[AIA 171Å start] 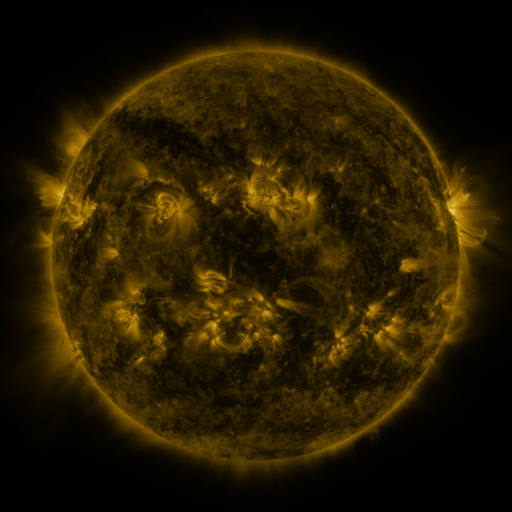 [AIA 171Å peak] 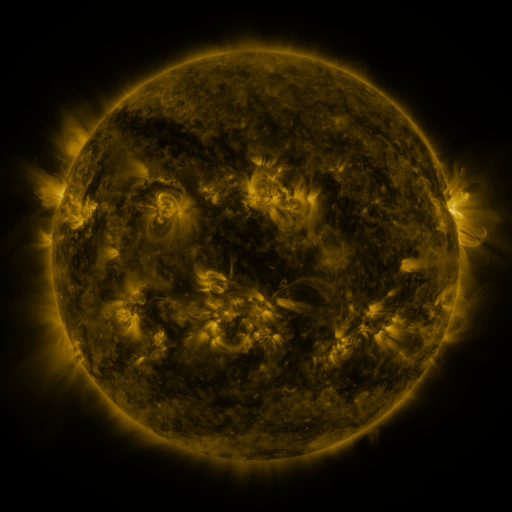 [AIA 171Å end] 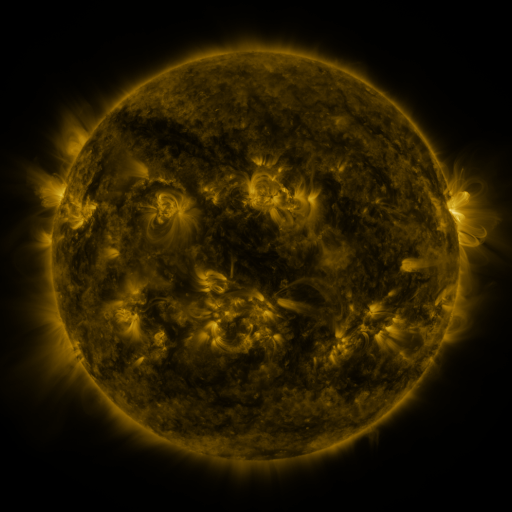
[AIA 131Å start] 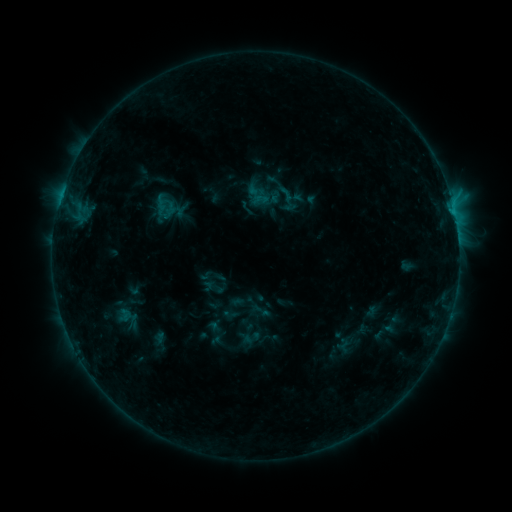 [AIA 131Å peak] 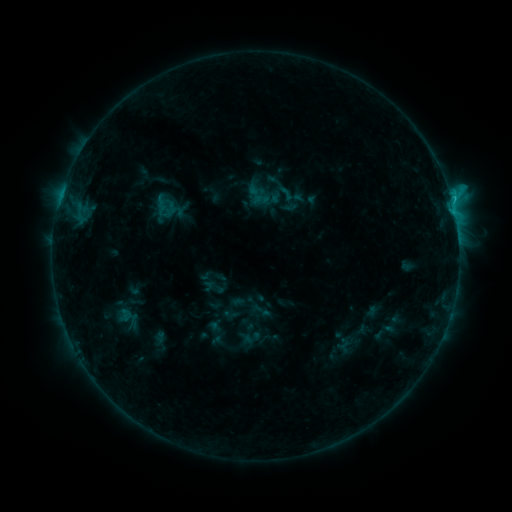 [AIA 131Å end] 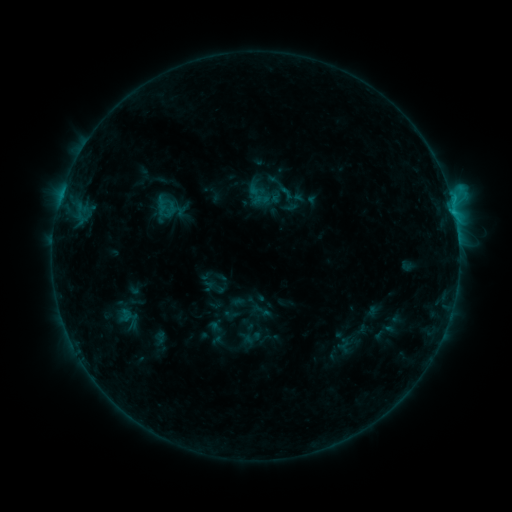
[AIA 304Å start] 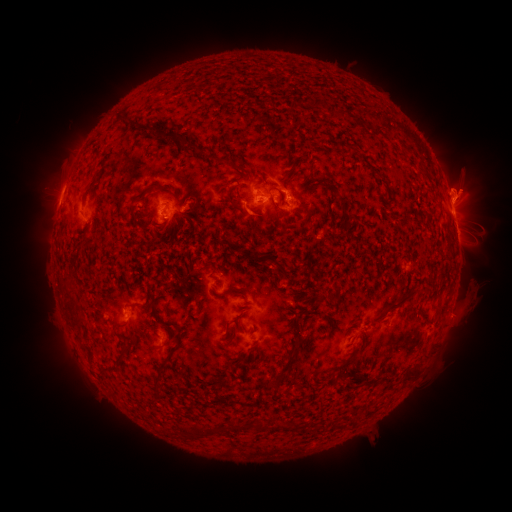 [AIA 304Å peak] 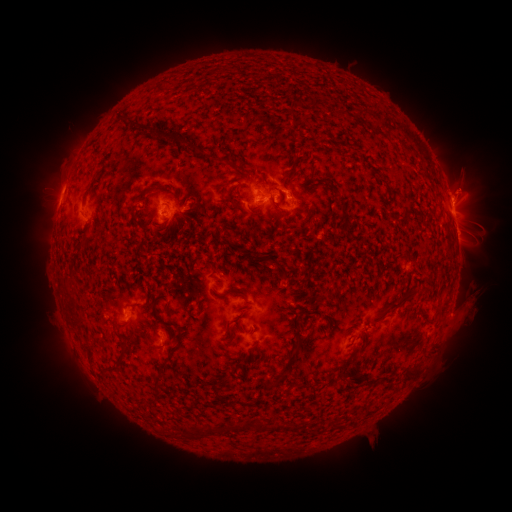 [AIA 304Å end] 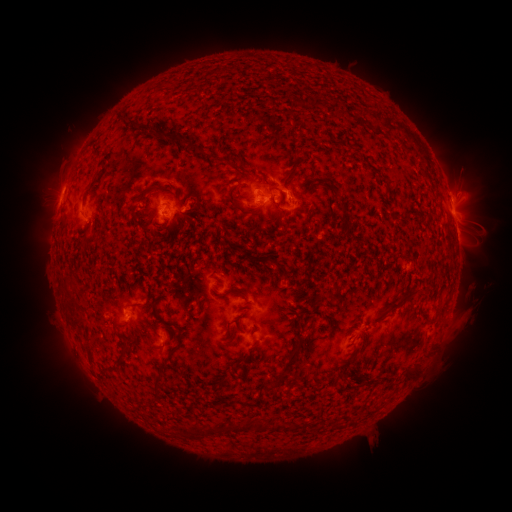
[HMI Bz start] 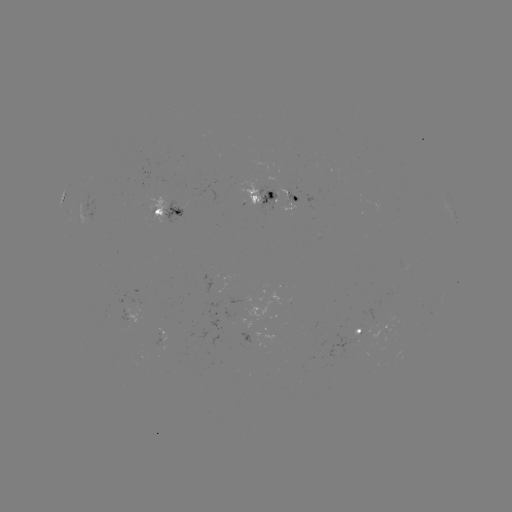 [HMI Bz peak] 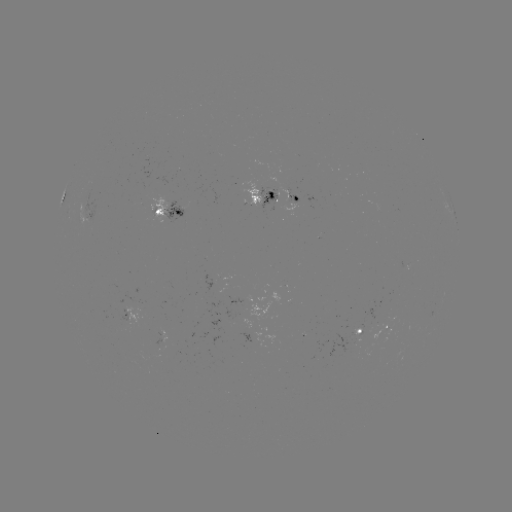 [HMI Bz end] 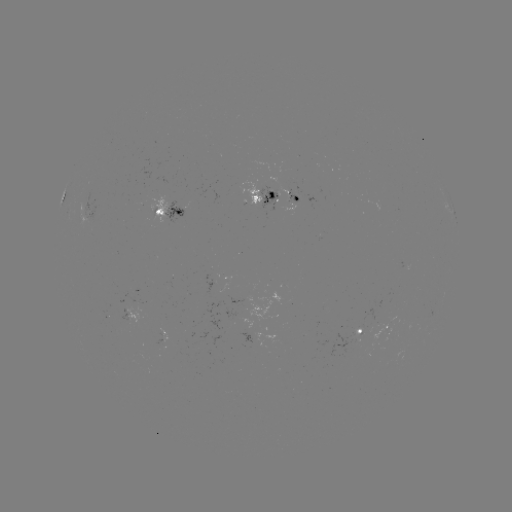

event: flare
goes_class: C1.3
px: (451, 199)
